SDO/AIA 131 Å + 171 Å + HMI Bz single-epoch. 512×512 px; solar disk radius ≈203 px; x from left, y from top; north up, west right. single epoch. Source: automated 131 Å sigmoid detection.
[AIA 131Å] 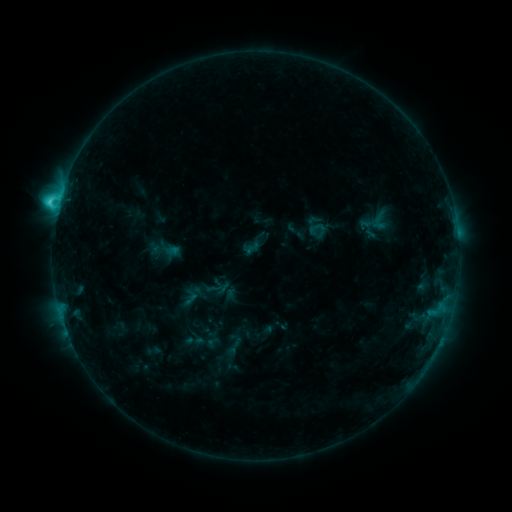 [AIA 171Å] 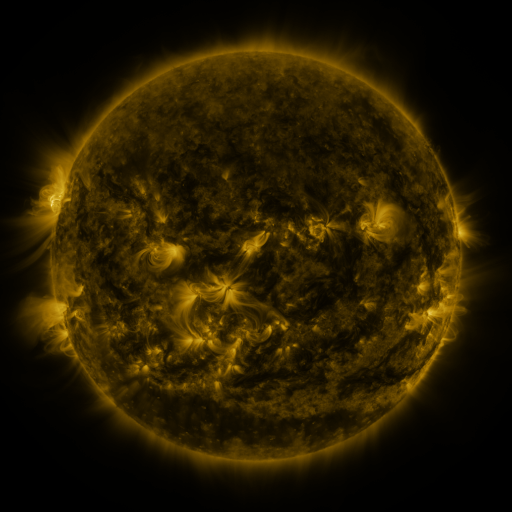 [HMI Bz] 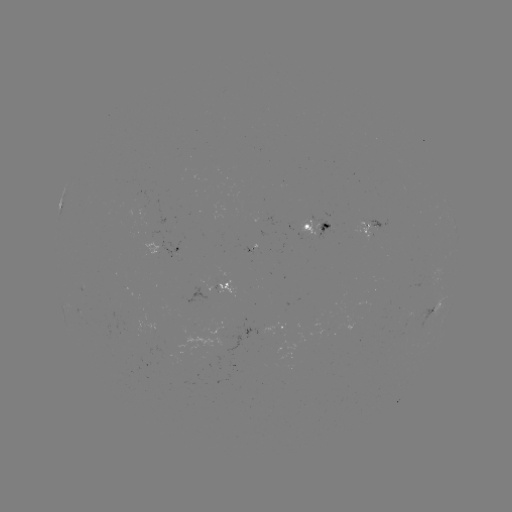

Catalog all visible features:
sigmoid: [243, 240, 261, 257]
sigmoid: [219, 332, 247, 357]
